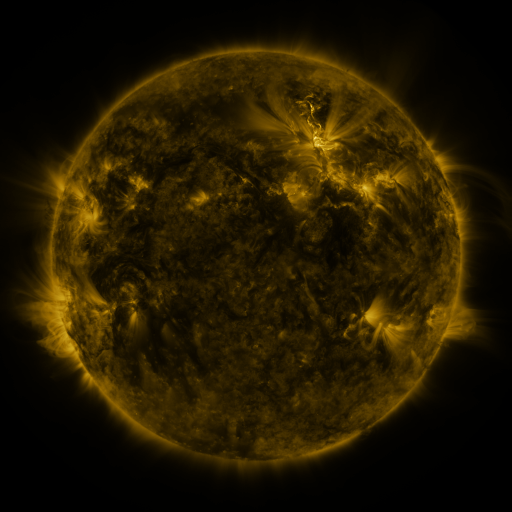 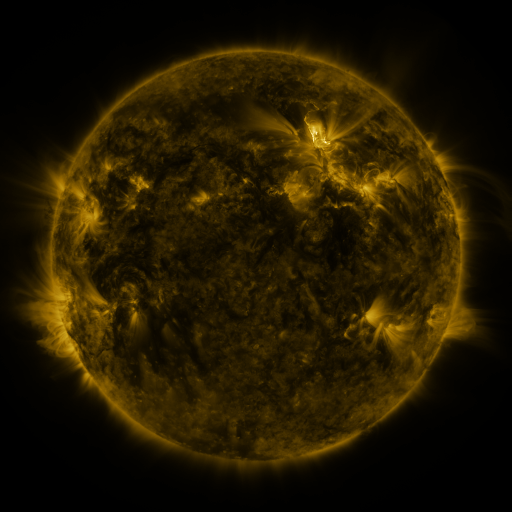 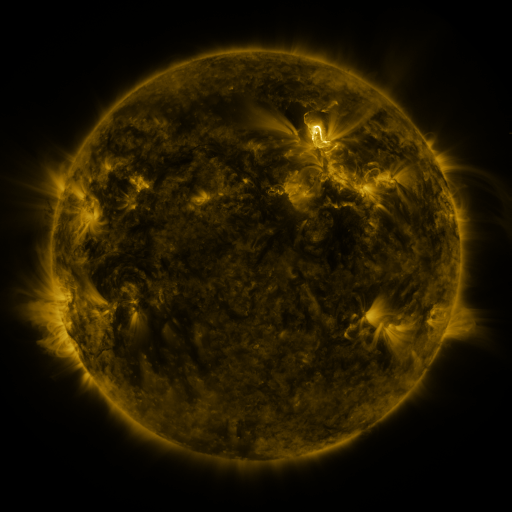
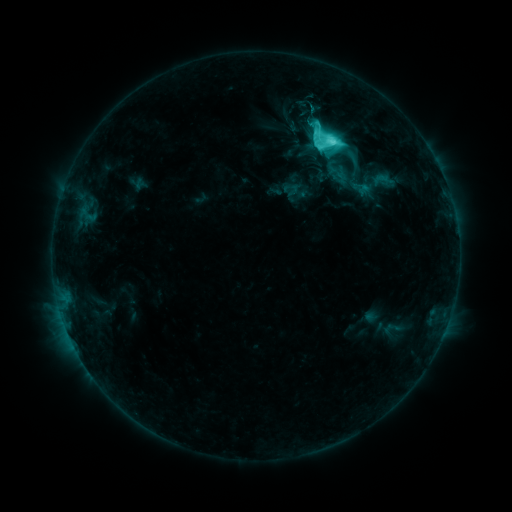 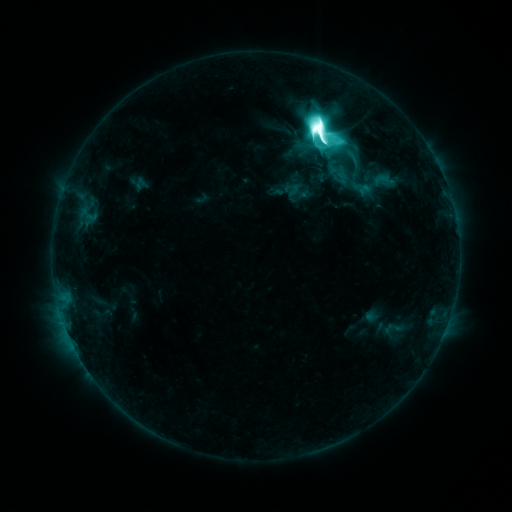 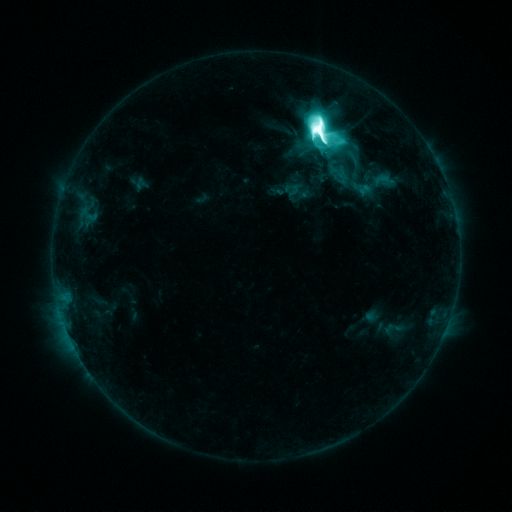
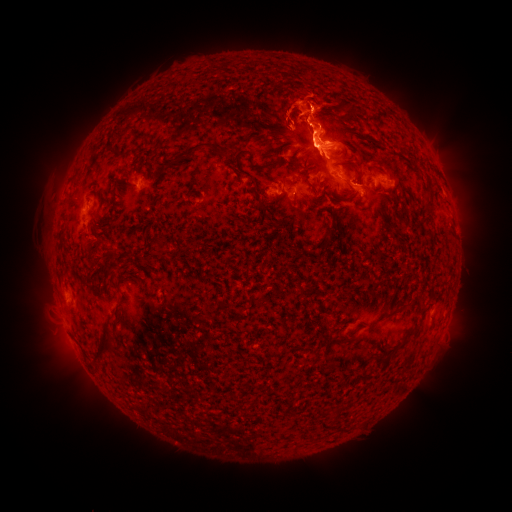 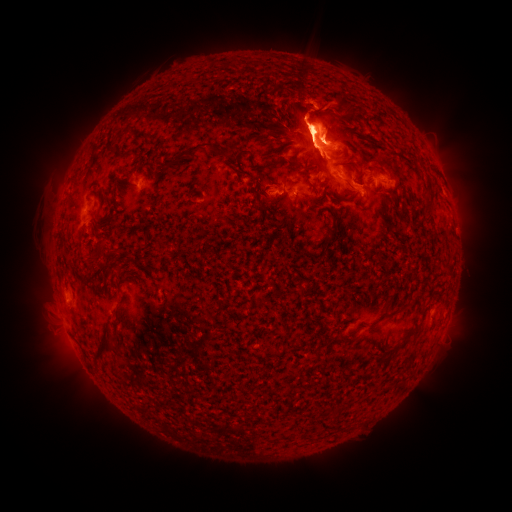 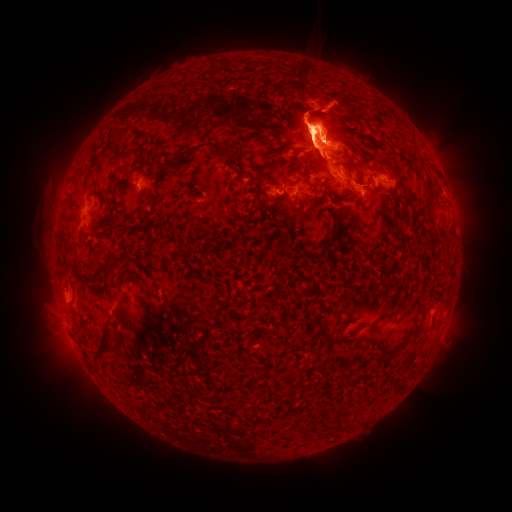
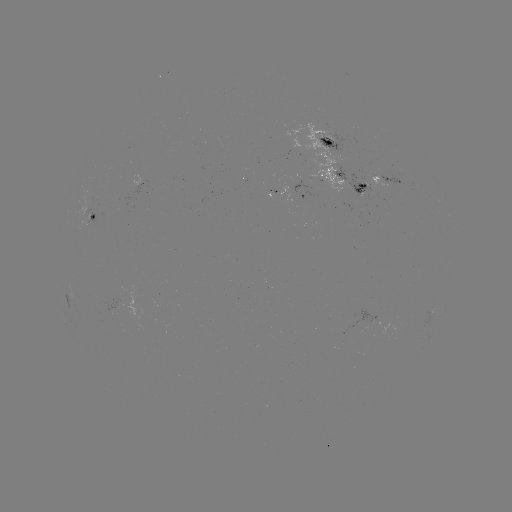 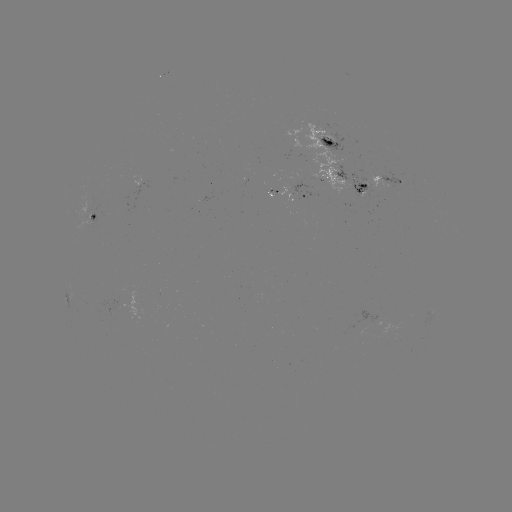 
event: flare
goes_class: M8.7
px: (317, 130)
